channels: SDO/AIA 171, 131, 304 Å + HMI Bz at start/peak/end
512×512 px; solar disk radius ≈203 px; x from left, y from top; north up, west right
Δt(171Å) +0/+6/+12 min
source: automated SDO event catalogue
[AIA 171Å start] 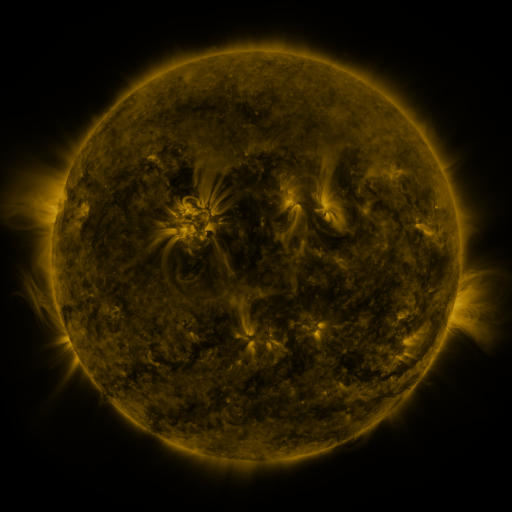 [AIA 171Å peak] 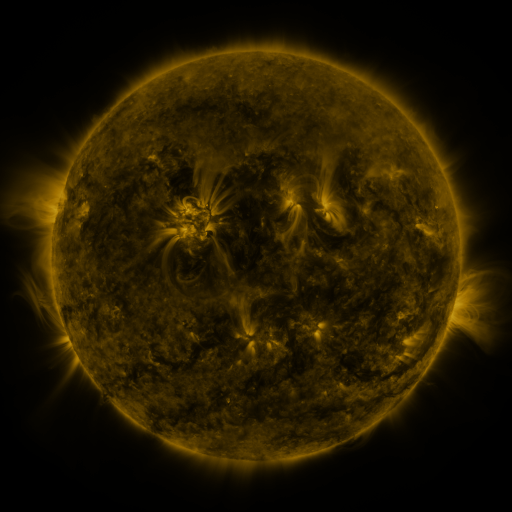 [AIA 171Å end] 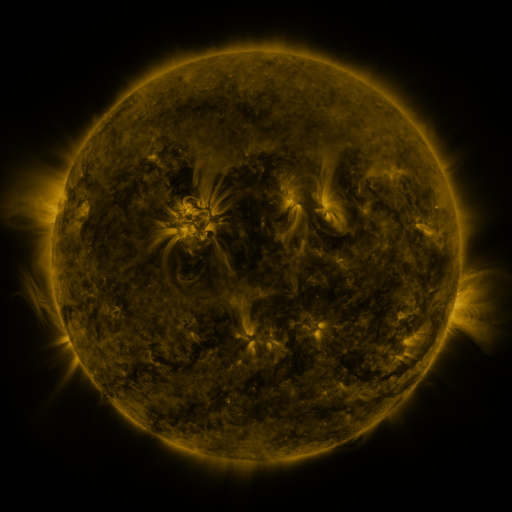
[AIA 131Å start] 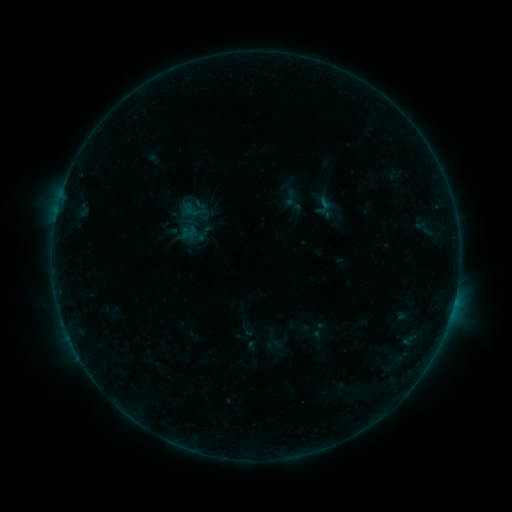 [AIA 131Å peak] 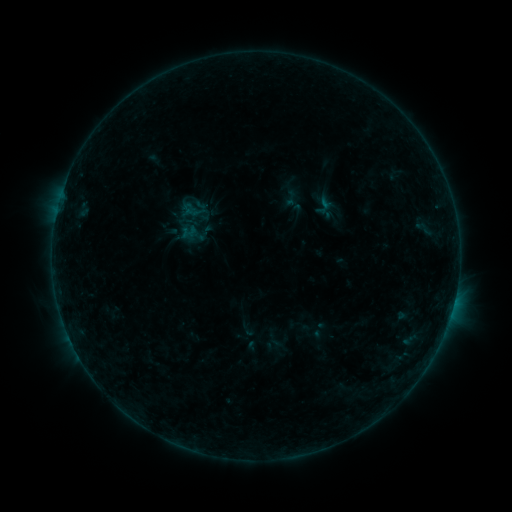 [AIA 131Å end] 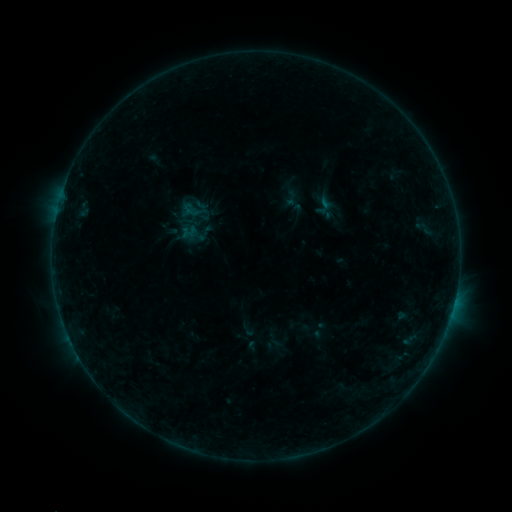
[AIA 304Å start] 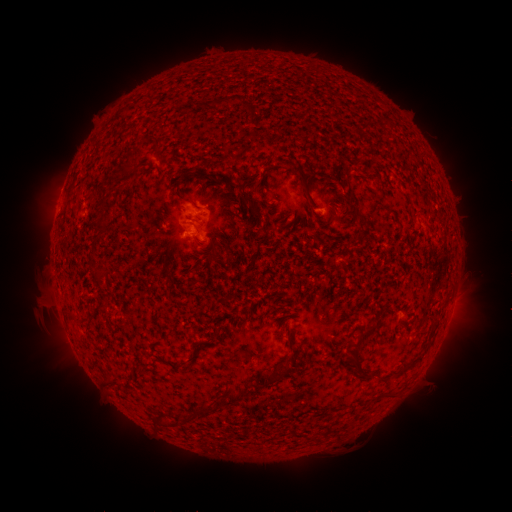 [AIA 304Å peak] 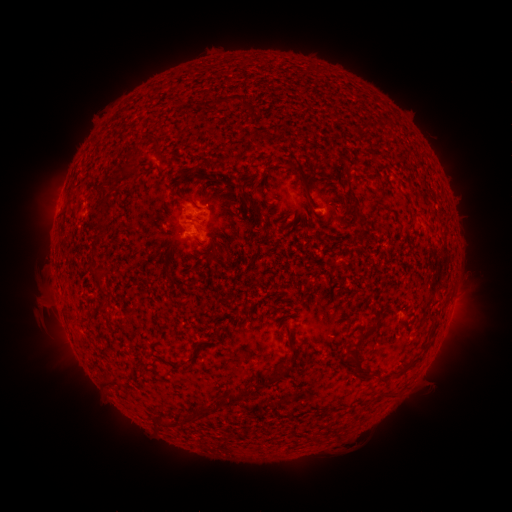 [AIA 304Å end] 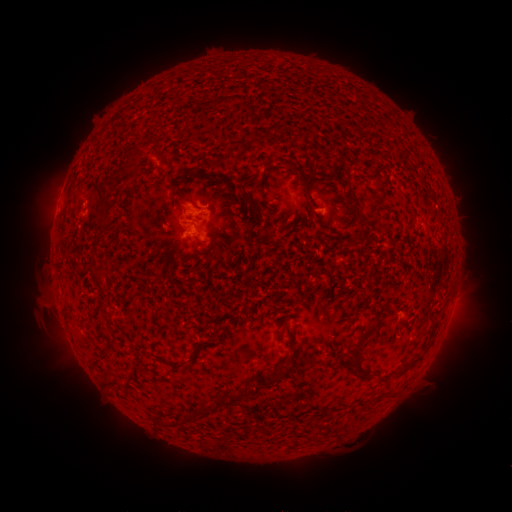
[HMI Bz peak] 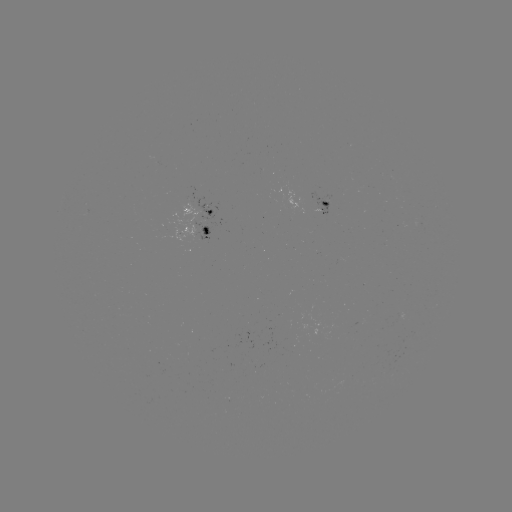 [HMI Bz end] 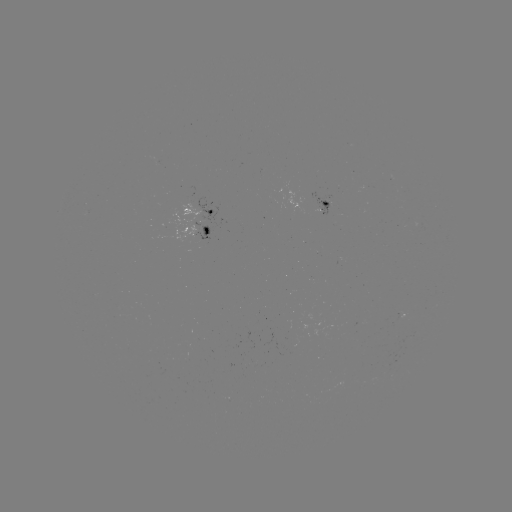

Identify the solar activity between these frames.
no catalogued flare and no flagged EUV brightening in this window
